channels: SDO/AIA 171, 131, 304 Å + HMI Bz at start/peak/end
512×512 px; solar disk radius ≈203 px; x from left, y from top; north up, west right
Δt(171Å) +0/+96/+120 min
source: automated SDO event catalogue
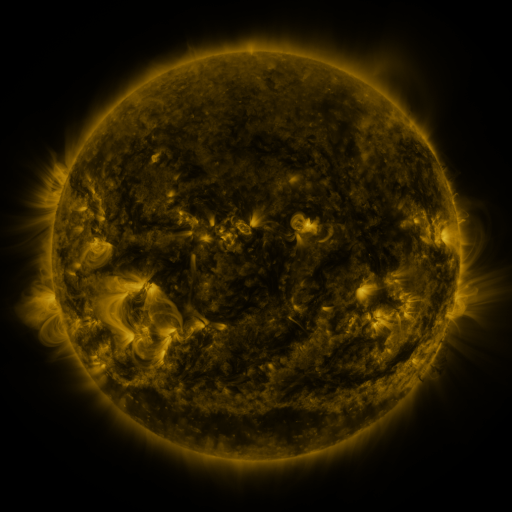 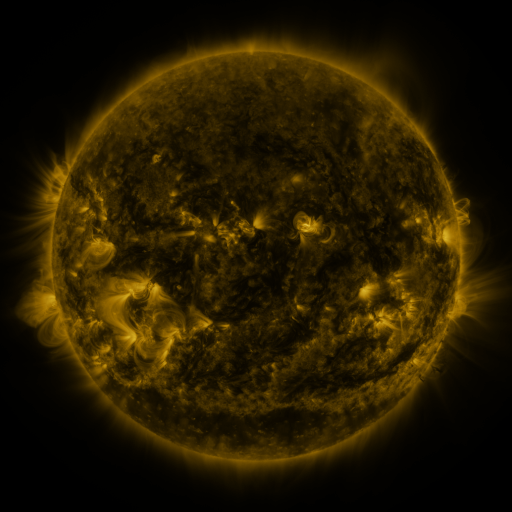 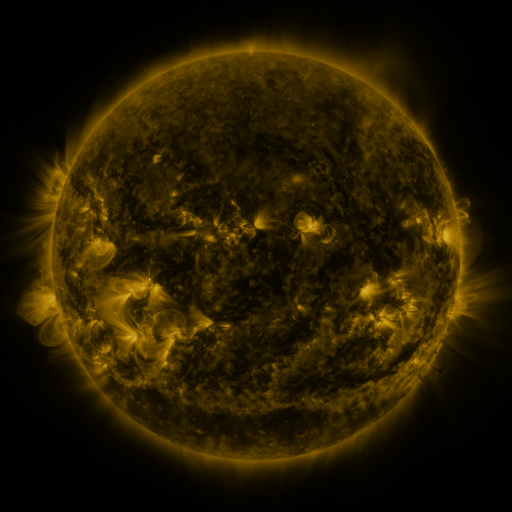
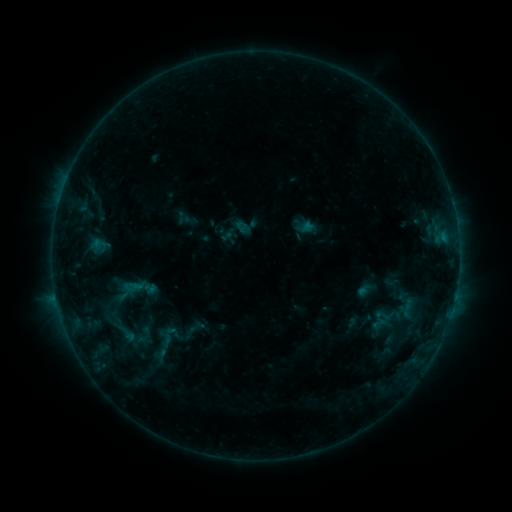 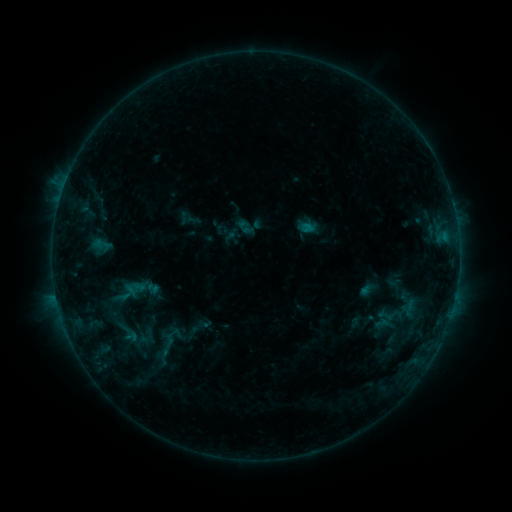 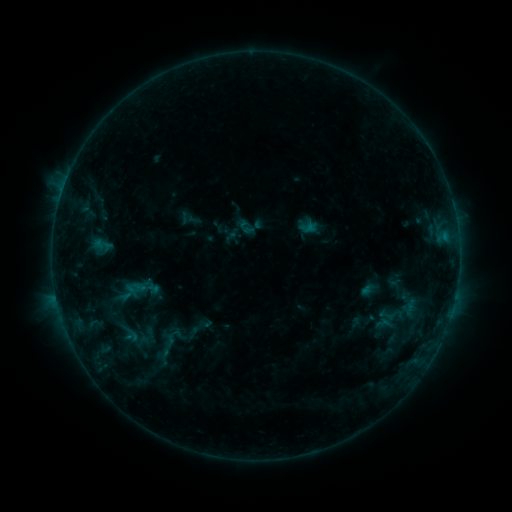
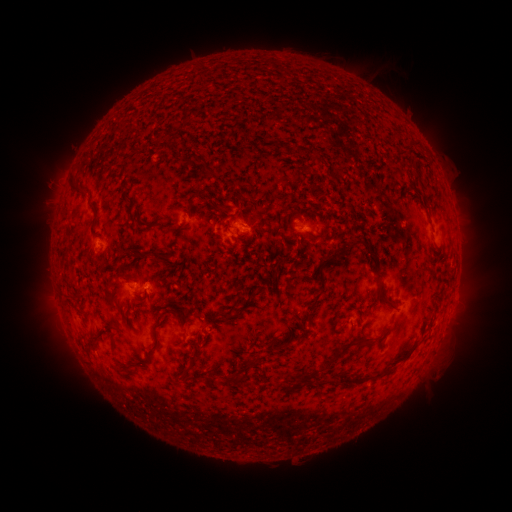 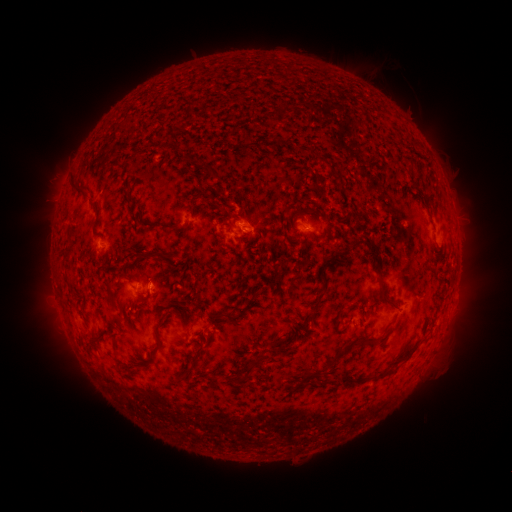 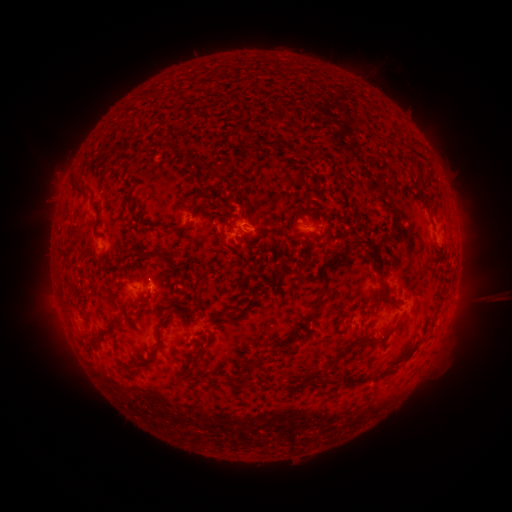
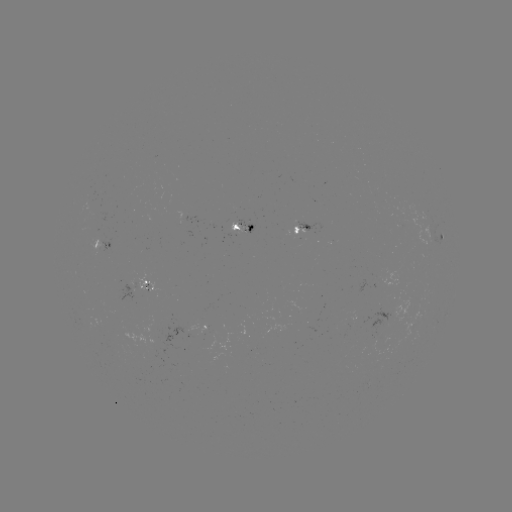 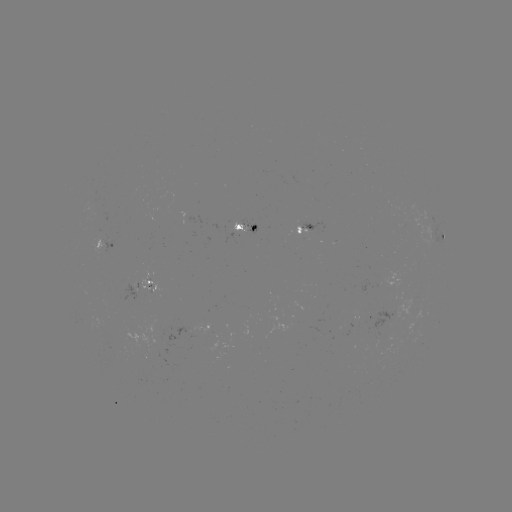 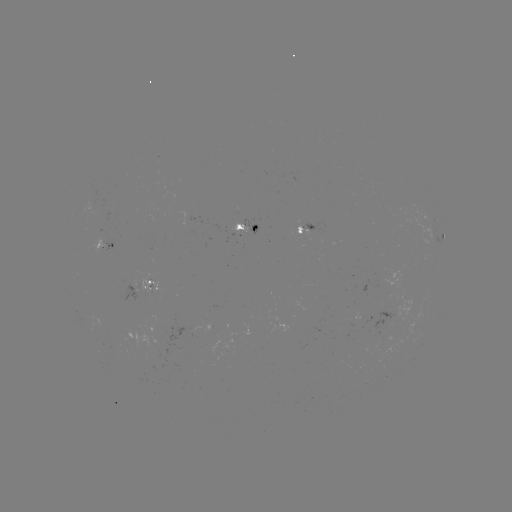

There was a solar emerging-flux region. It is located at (96, 205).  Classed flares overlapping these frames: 1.